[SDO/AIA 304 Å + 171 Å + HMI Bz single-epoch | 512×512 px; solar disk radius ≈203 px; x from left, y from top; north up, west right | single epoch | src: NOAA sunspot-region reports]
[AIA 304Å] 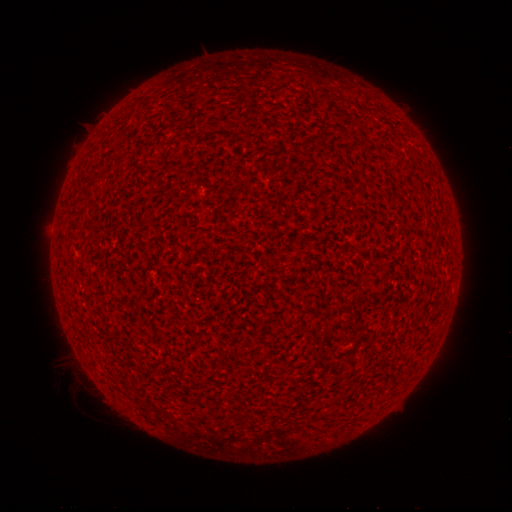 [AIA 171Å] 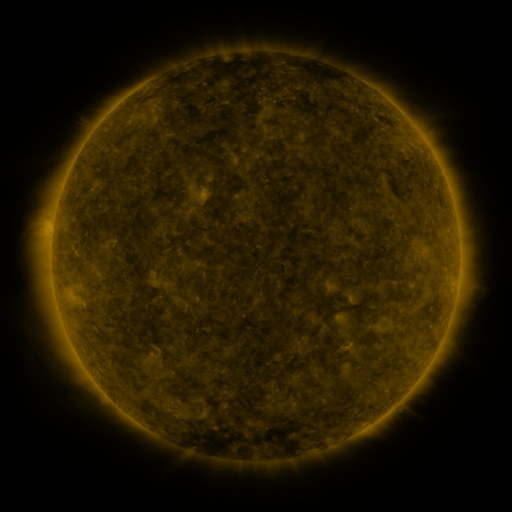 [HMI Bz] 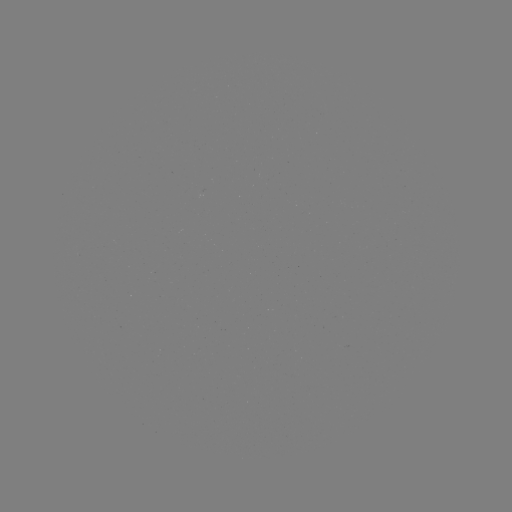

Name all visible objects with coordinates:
(none)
